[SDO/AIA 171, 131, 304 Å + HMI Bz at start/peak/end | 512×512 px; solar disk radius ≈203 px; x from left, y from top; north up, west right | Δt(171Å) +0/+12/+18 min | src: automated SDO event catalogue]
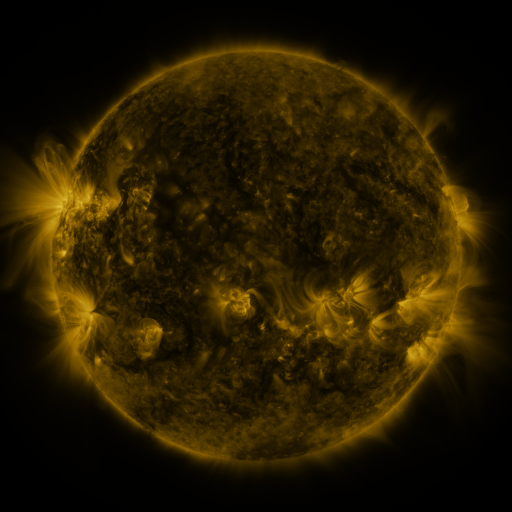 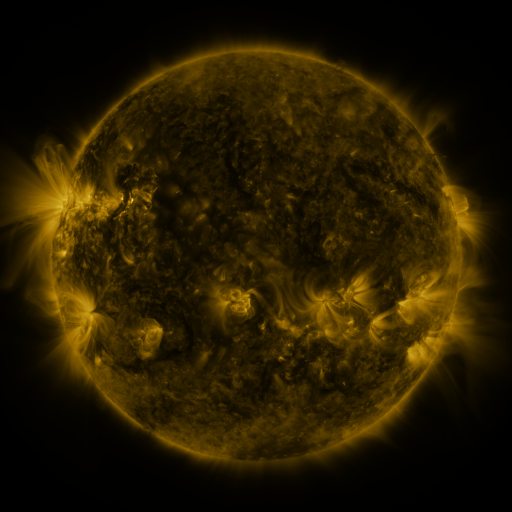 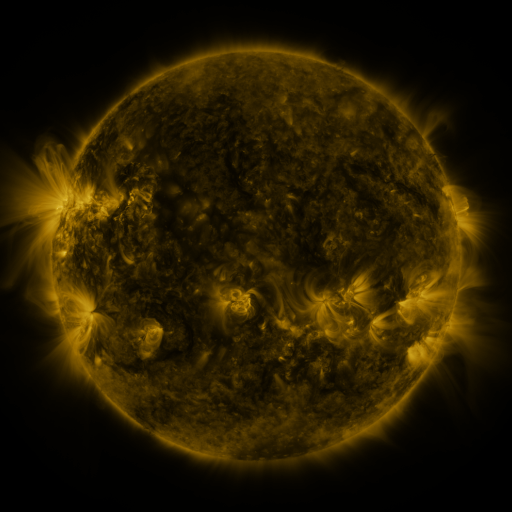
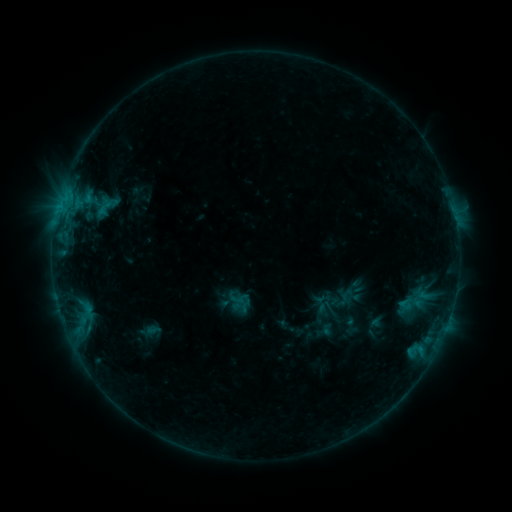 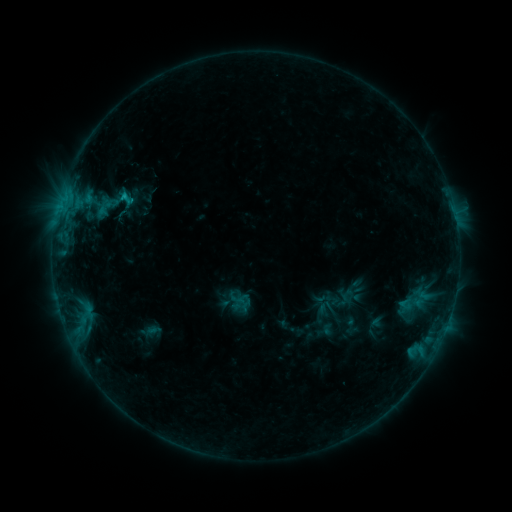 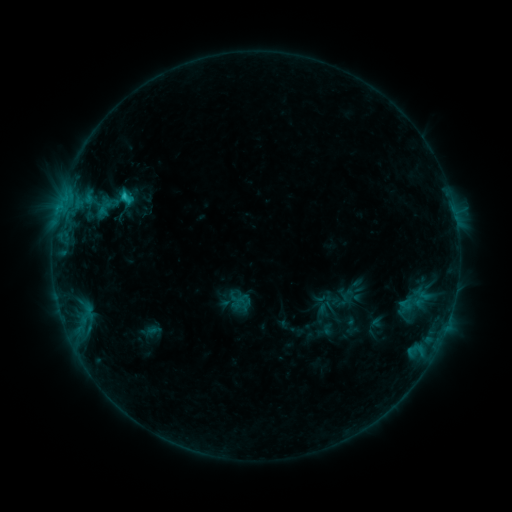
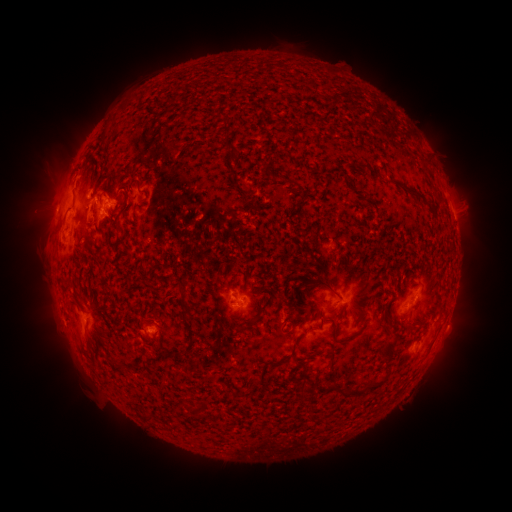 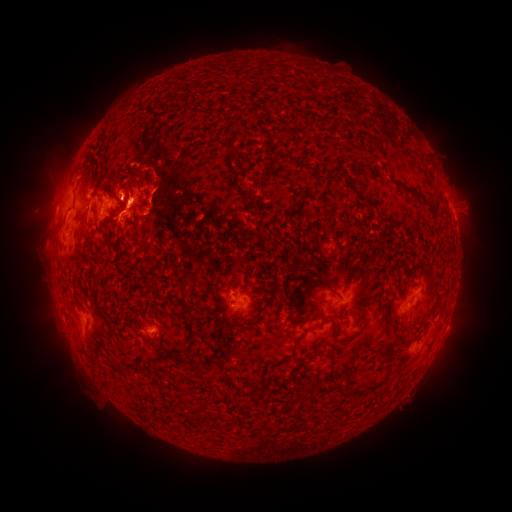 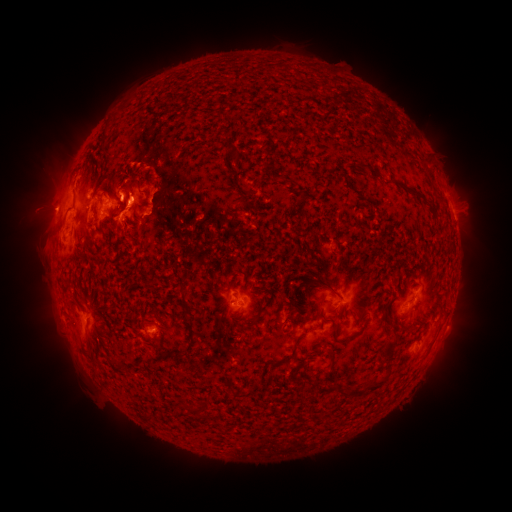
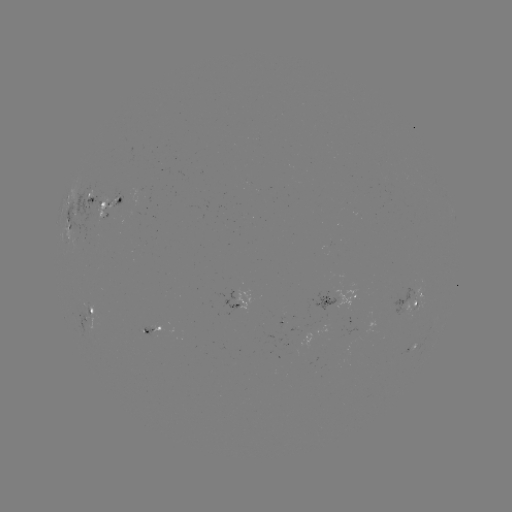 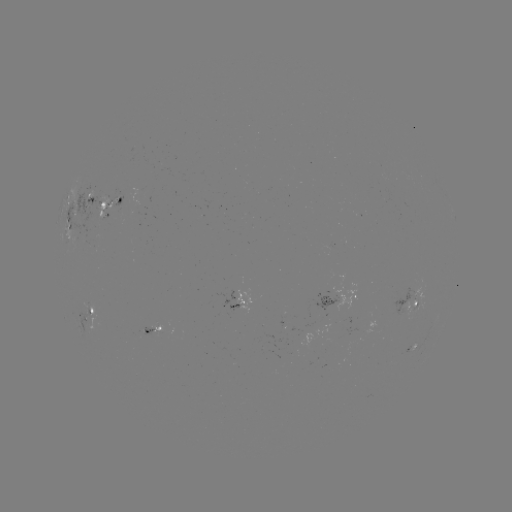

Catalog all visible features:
eruption: (156, 199)
